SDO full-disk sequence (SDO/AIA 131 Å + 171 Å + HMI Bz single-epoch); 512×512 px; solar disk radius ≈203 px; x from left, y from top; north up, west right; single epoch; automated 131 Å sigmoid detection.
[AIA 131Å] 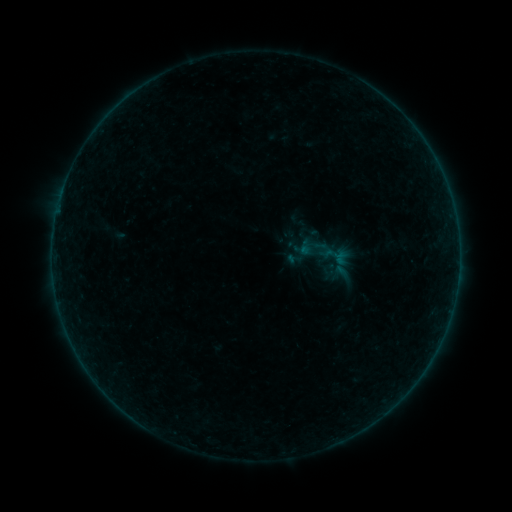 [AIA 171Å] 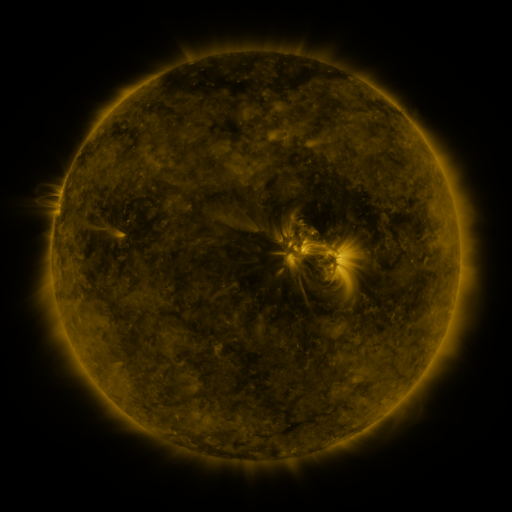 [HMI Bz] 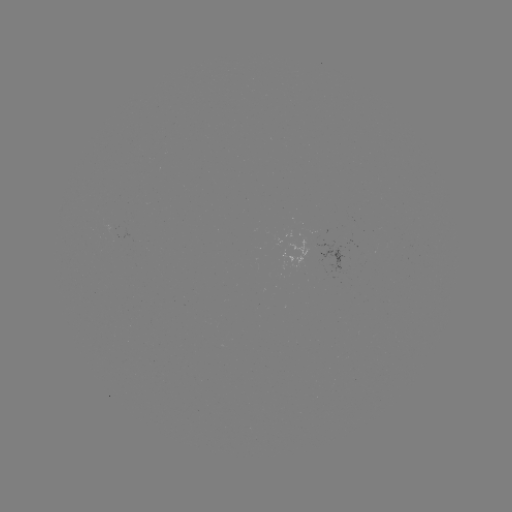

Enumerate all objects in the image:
sigmoid: (285, 250, 303, 268)
